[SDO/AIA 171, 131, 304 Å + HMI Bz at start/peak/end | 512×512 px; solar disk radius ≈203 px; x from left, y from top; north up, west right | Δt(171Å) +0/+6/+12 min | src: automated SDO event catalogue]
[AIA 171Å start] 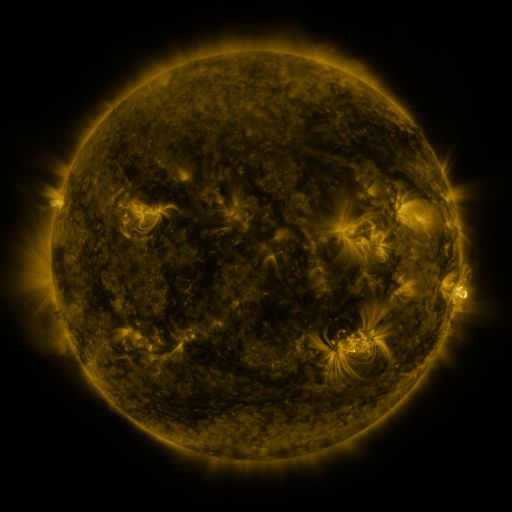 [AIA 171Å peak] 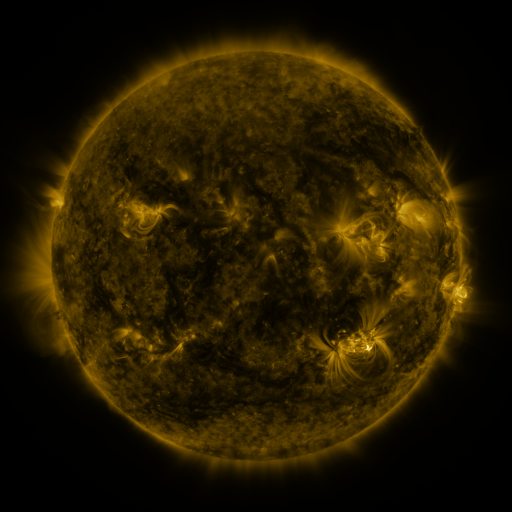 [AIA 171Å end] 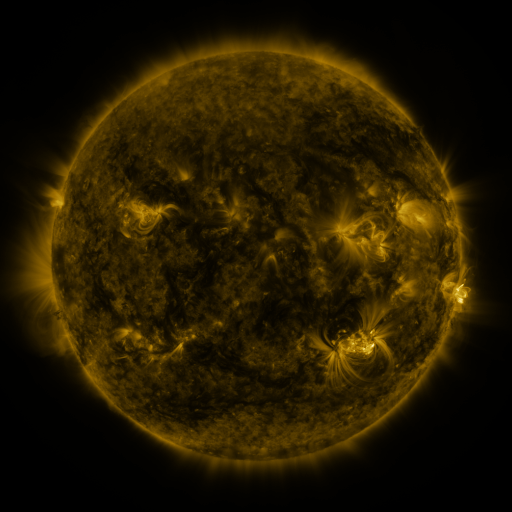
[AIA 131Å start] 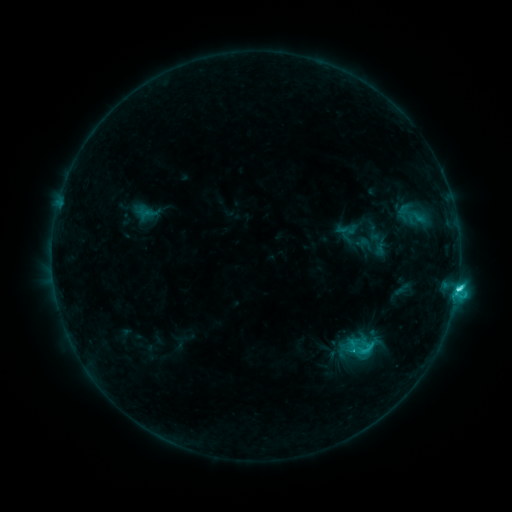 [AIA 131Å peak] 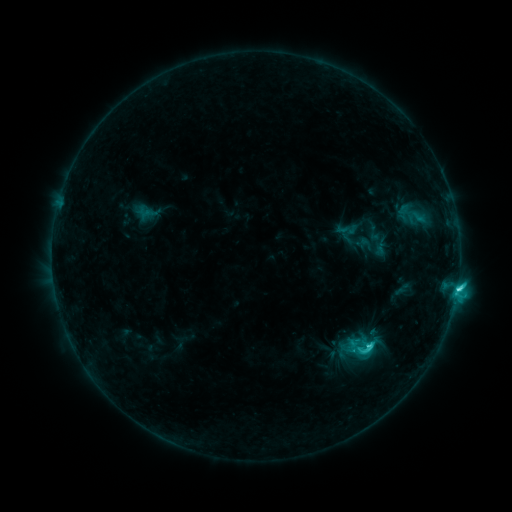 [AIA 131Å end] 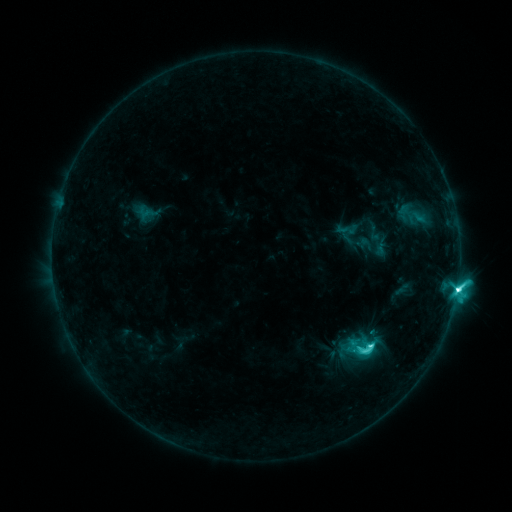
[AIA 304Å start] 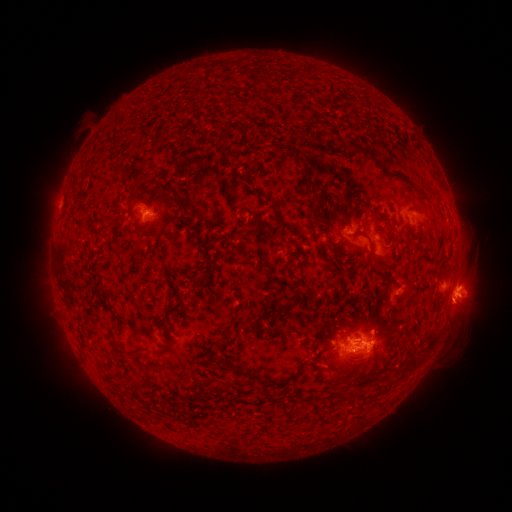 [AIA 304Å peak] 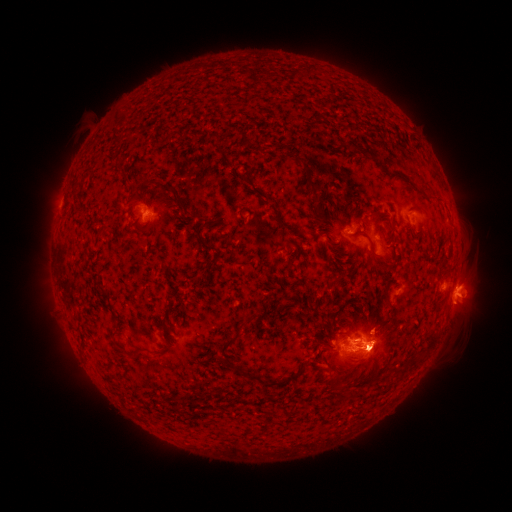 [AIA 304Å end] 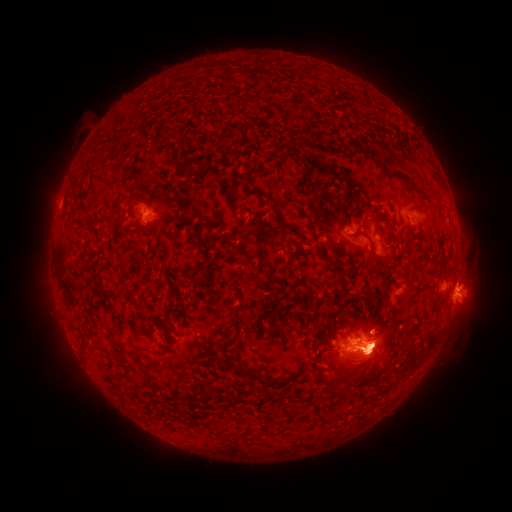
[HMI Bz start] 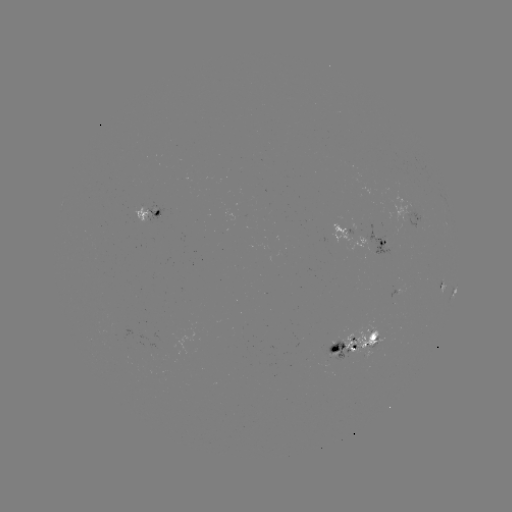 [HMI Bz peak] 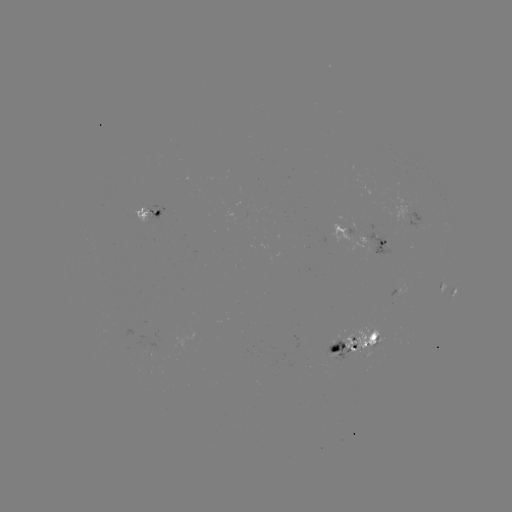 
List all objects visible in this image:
eruption: (377, 355)
